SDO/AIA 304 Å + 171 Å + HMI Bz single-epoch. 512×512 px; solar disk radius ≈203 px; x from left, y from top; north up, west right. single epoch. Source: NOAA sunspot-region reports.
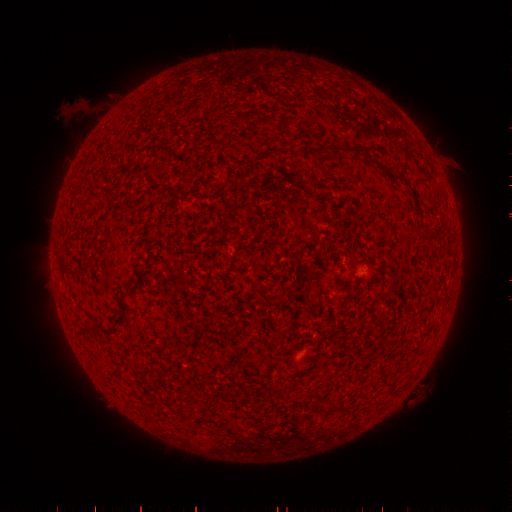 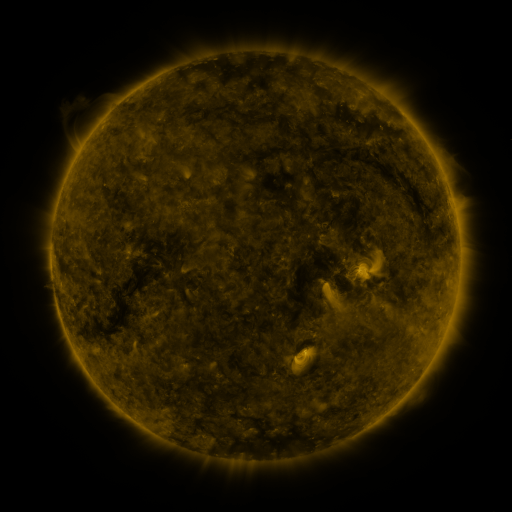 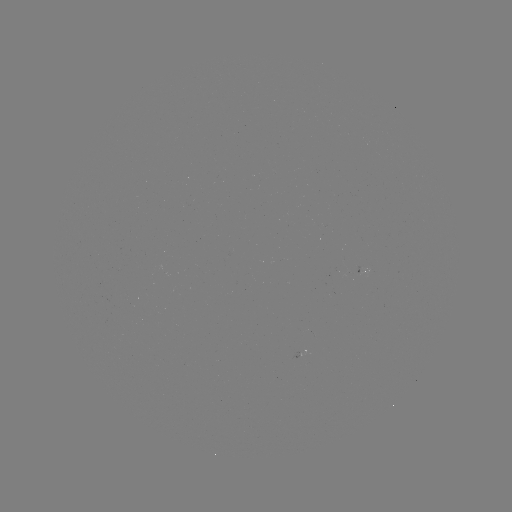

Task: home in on spotted active region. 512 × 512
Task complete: [306, 352].